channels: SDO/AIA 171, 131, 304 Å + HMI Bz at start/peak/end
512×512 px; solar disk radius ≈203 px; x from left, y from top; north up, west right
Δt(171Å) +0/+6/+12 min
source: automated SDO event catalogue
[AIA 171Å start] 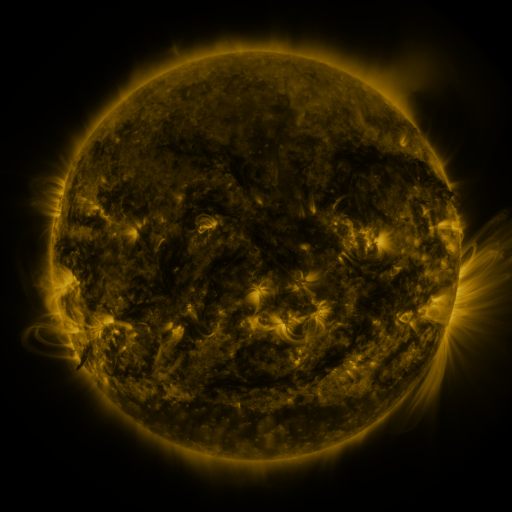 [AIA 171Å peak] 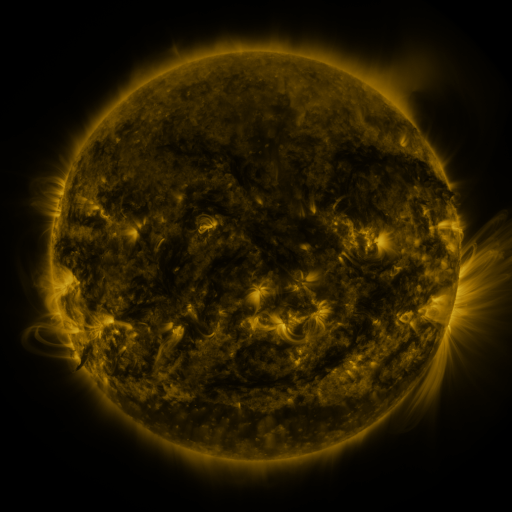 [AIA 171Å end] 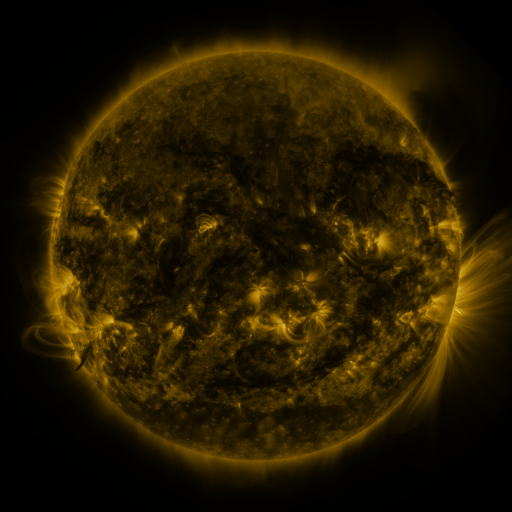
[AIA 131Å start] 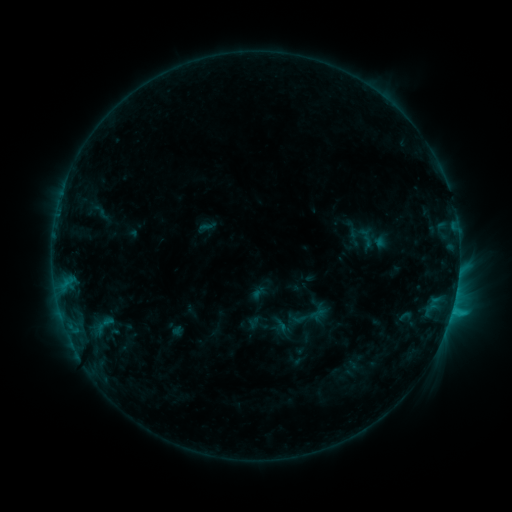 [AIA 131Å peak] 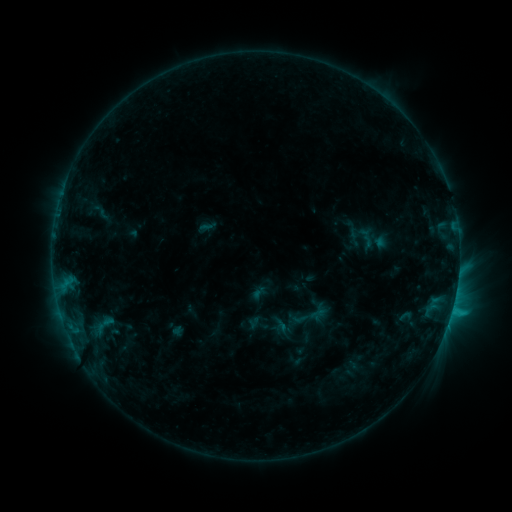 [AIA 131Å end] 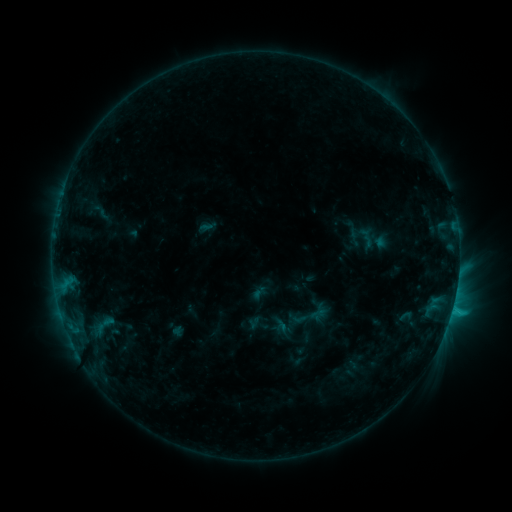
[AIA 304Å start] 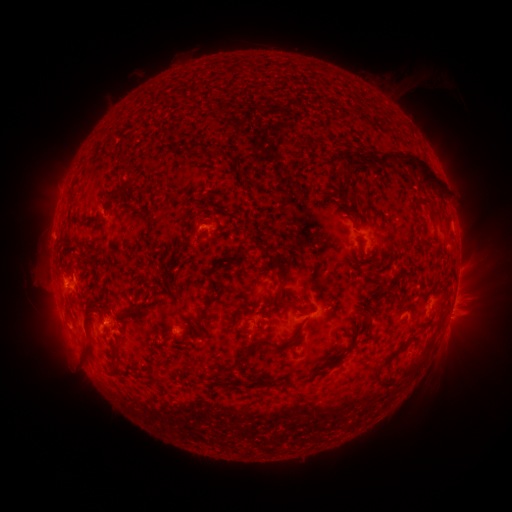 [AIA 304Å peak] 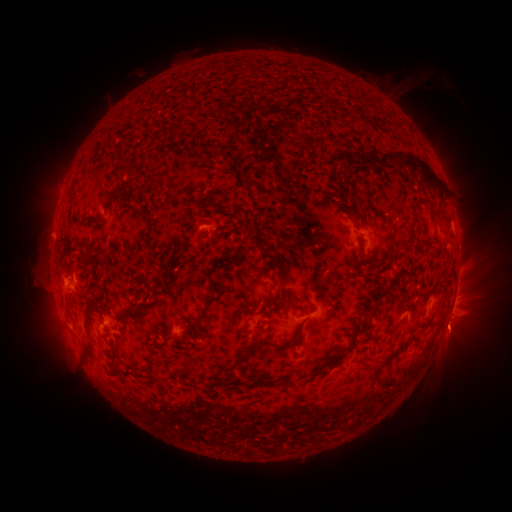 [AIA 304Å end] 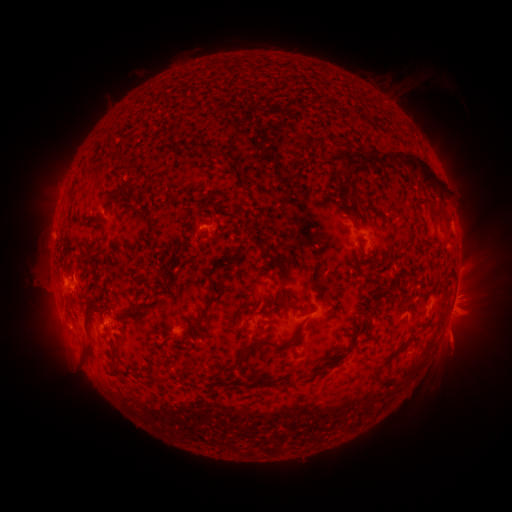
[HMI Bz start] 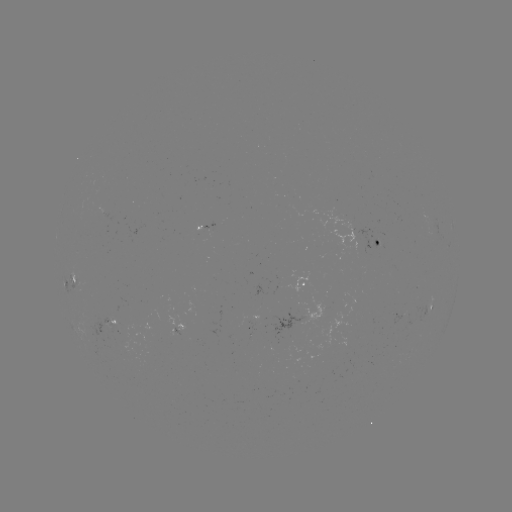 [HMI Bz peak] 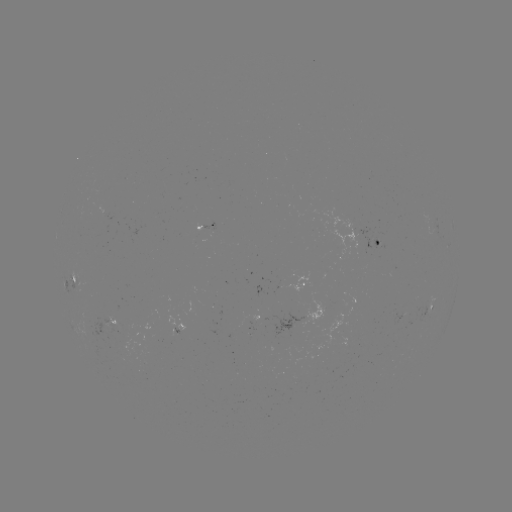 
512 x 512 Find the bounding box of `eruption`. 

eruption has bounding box [424, 302, 486, 368].